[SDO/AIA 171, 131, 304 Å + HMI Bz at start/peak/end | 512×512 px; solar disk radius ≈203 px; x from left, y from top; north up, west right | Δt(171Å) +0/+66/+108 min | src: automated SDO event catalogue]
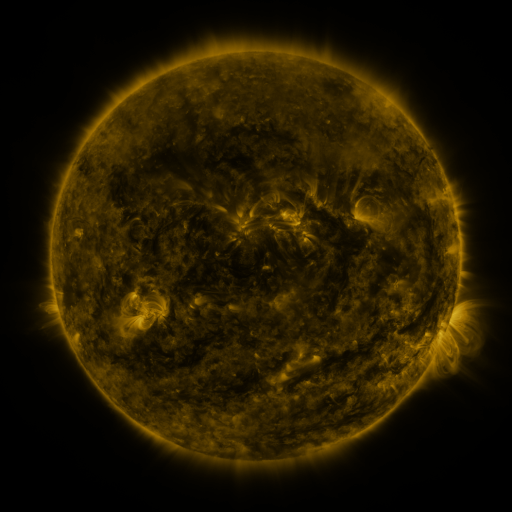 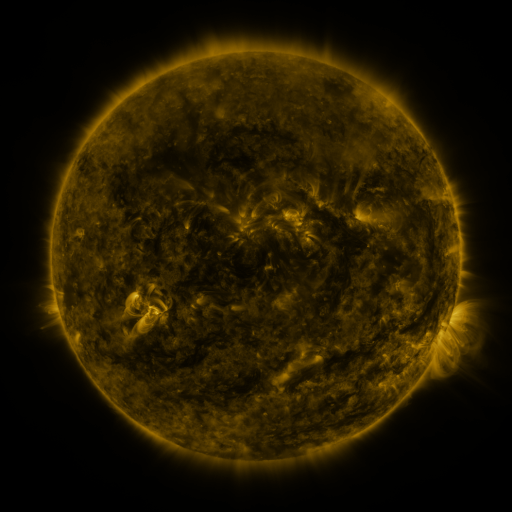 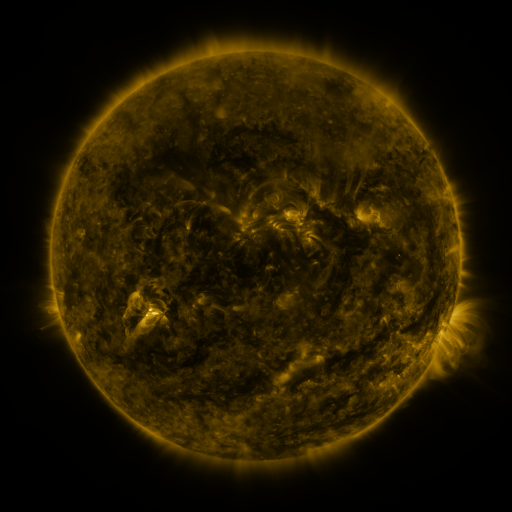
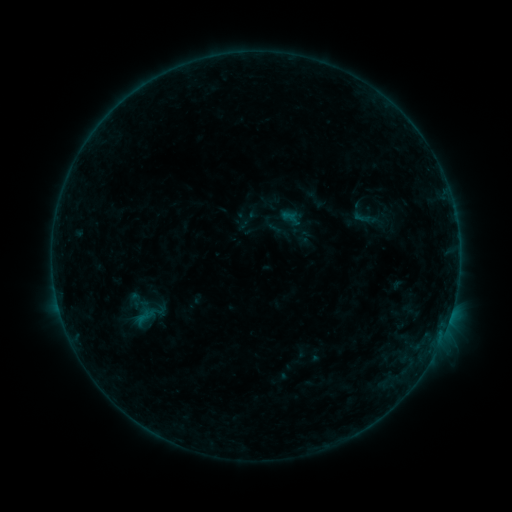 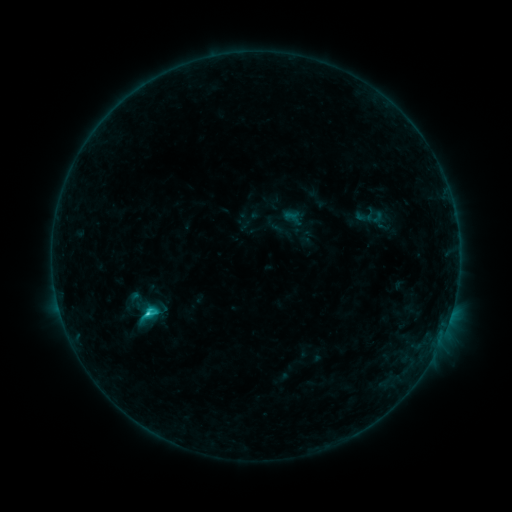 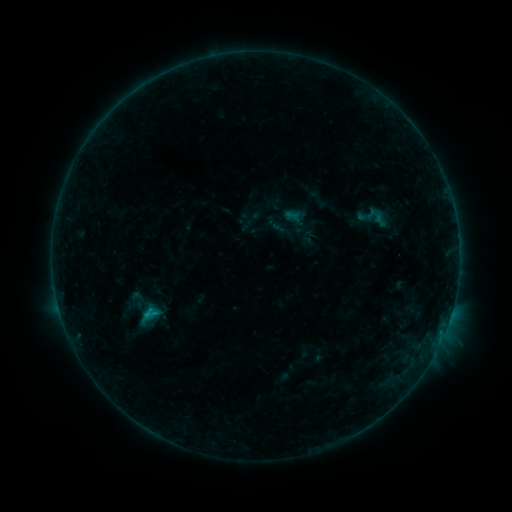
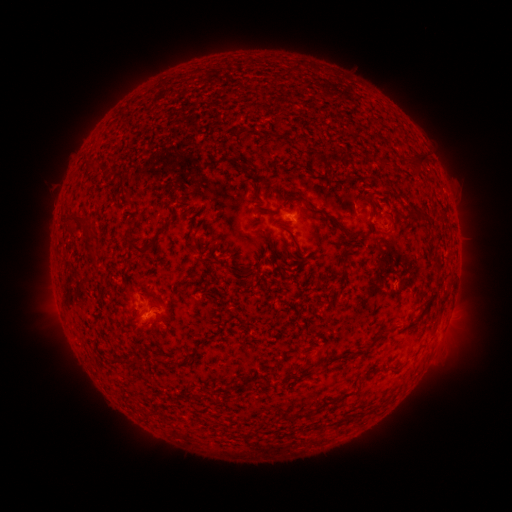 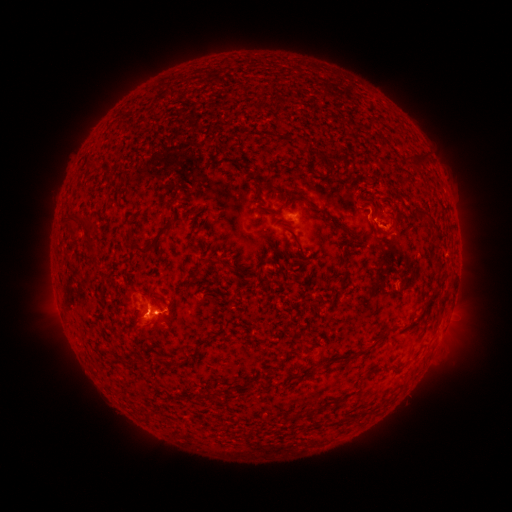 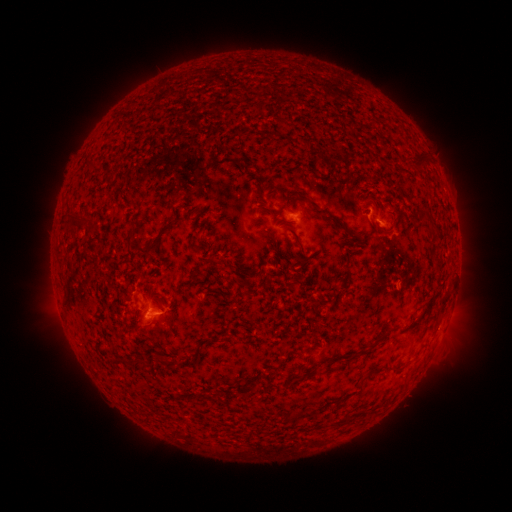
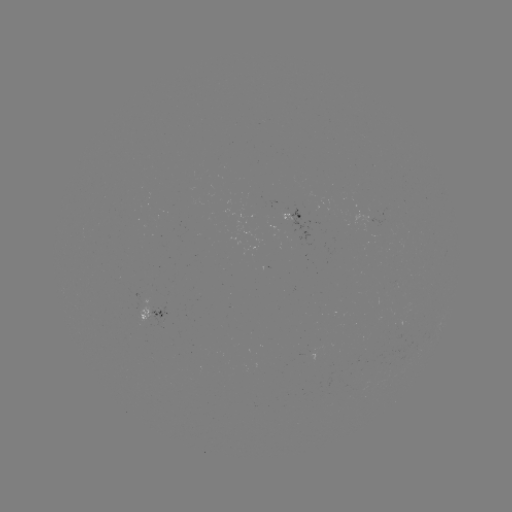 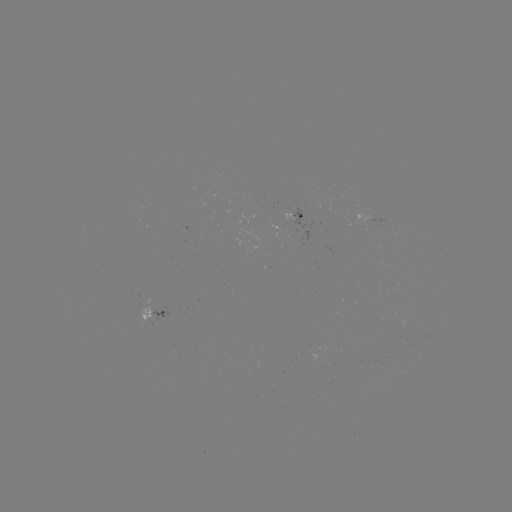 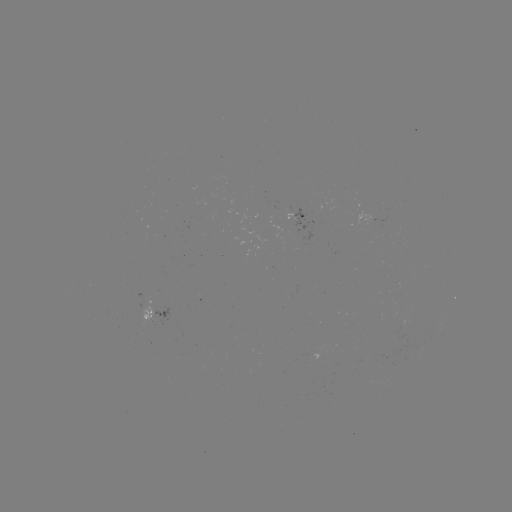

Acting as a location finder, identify C1.6 flare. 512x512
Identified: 149,310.